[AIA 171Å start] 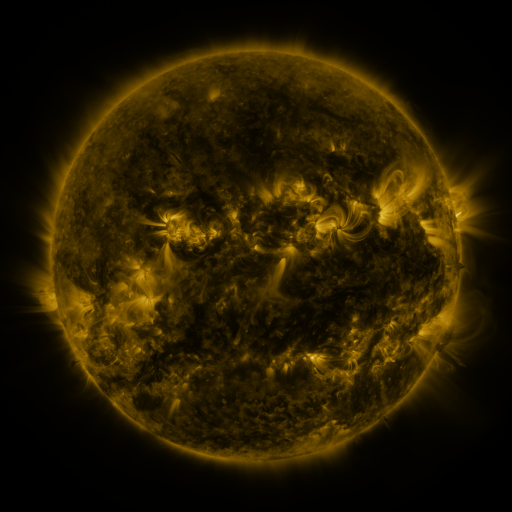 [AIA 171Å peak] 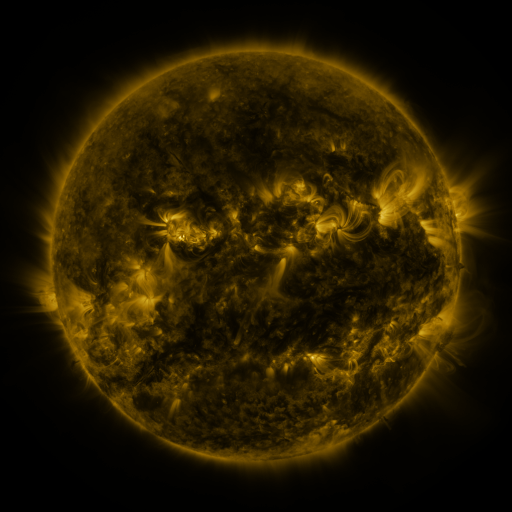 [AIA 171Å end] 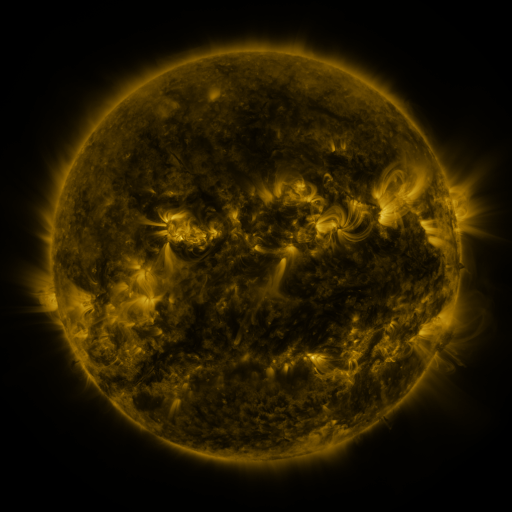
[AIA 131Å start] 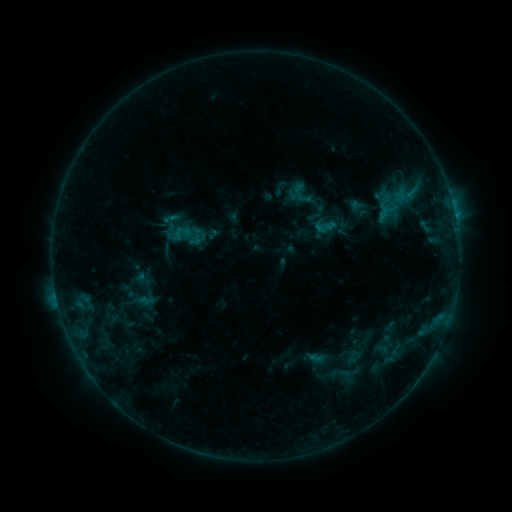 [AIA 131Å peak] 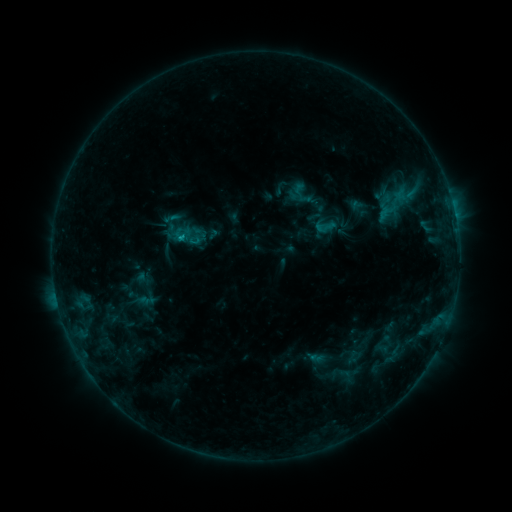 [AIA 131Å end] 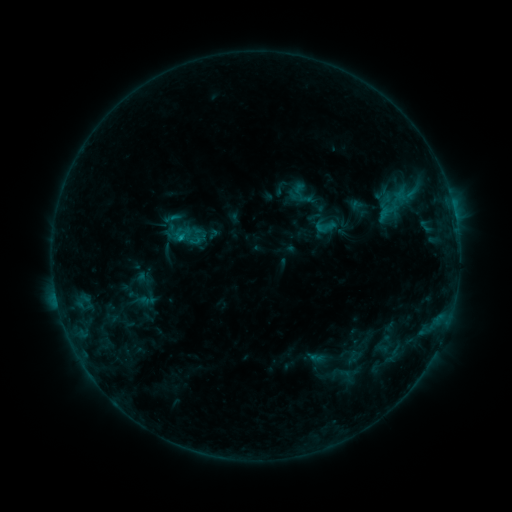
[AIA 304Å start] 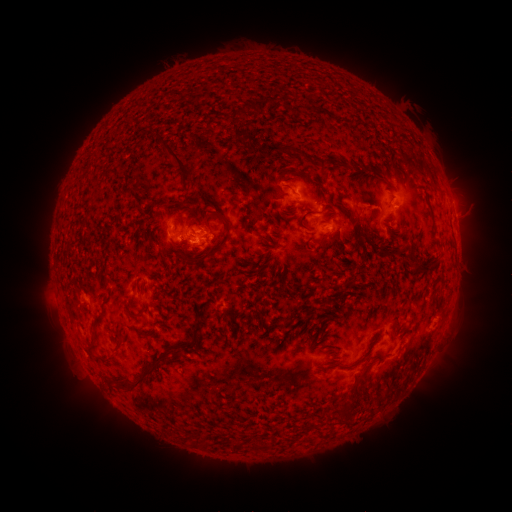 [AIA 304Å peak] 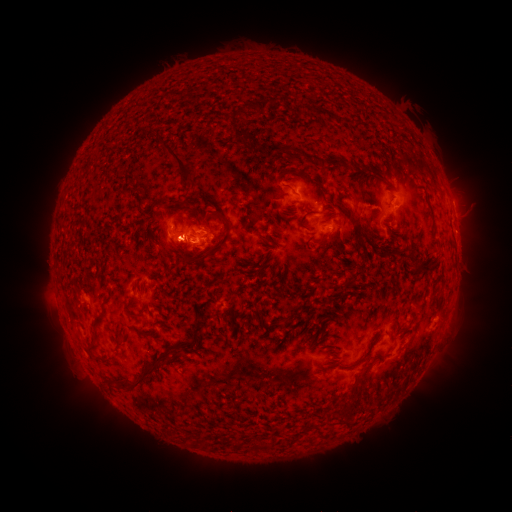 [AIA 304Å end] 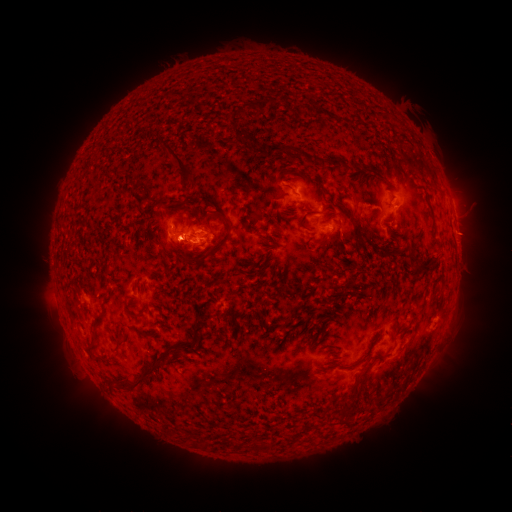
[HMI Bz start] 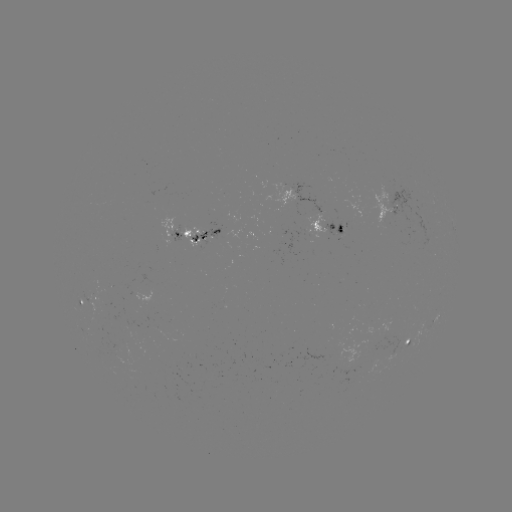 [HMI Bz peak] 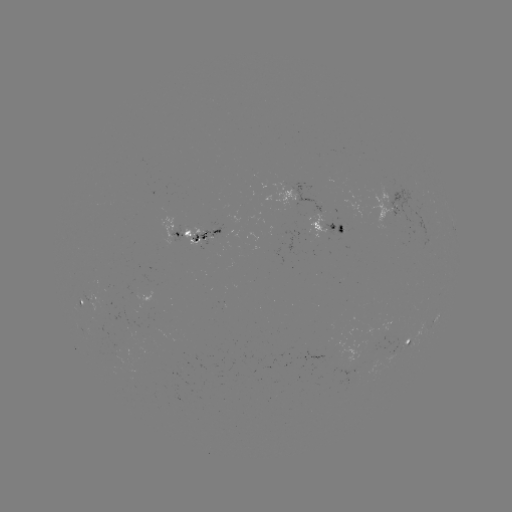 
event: flare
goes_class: B9.9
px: (183, 241)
